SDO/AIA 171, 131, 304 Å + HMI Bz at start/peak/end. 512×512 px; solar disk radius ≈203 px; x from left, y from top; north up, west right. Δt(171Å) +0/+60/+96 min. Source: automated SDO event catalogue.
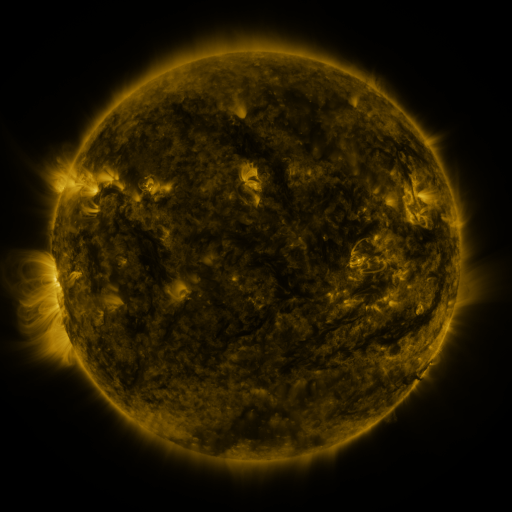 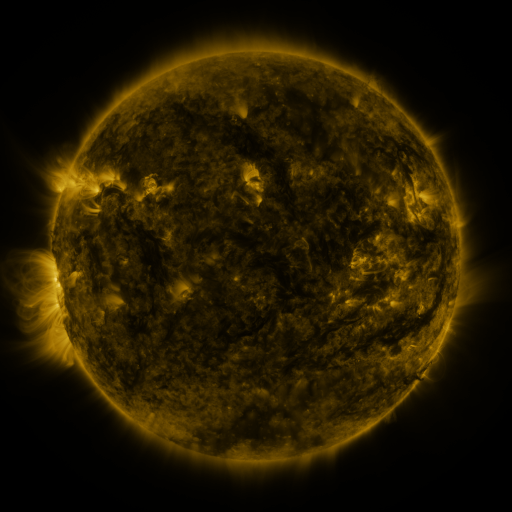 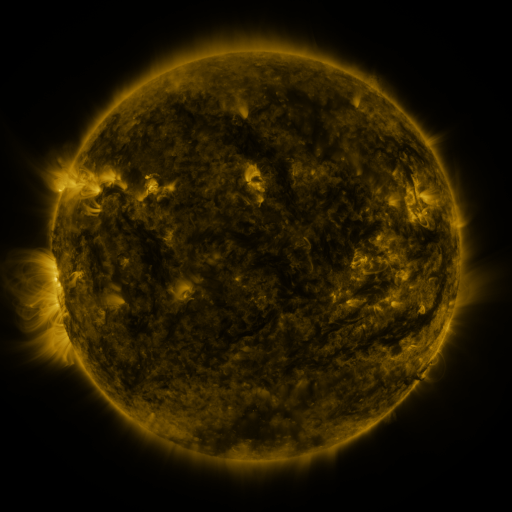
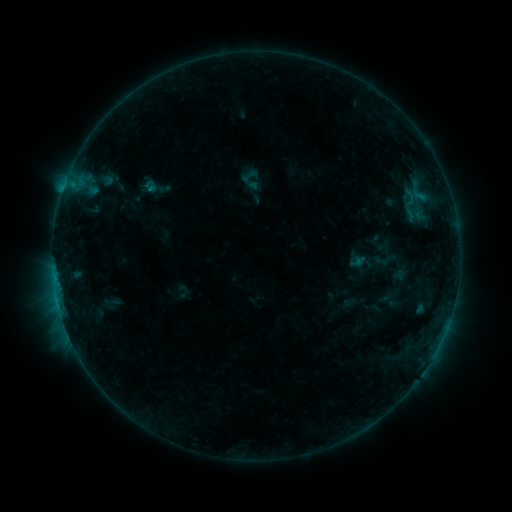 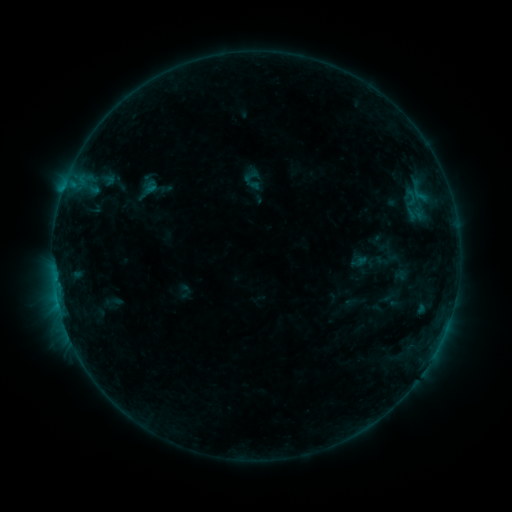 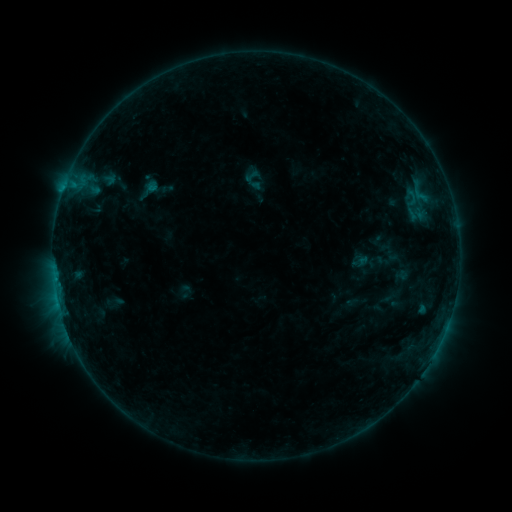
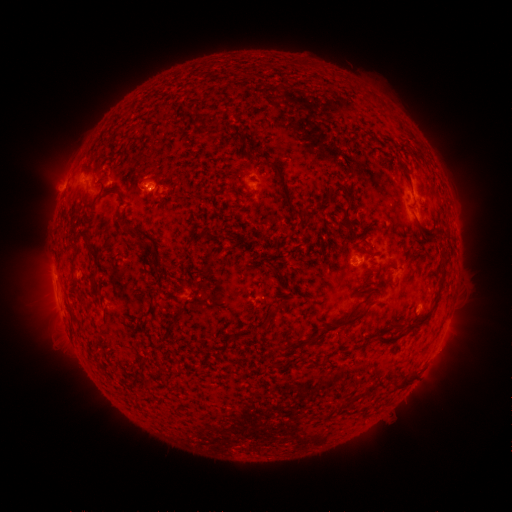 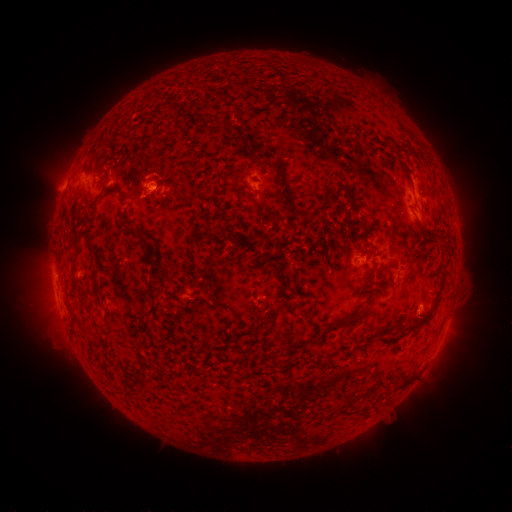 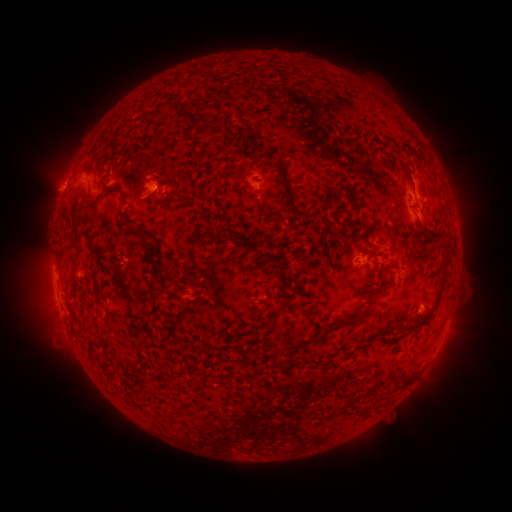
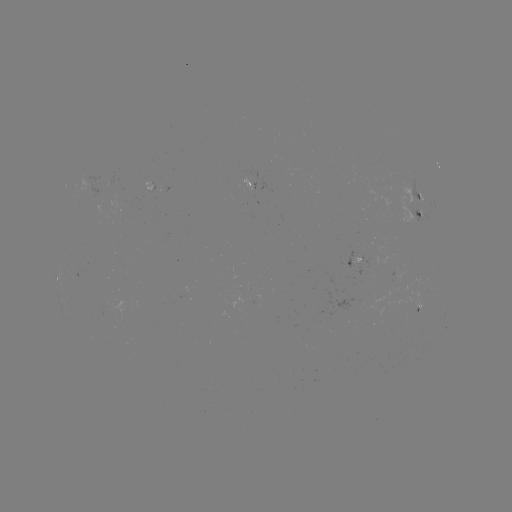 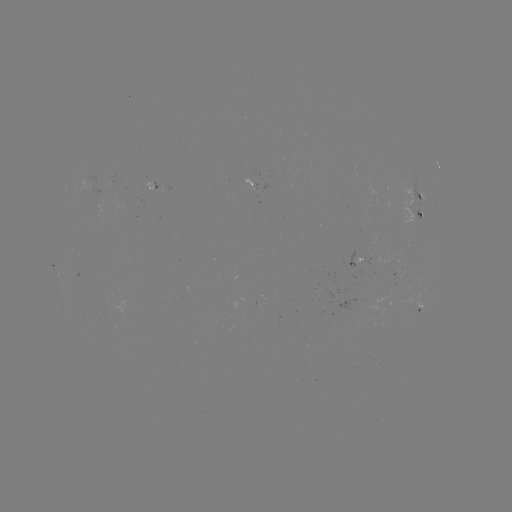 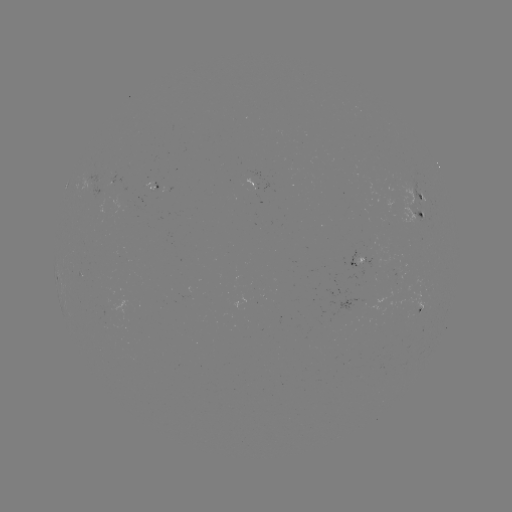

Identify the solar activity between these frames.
emerging-flux region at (410, 205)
